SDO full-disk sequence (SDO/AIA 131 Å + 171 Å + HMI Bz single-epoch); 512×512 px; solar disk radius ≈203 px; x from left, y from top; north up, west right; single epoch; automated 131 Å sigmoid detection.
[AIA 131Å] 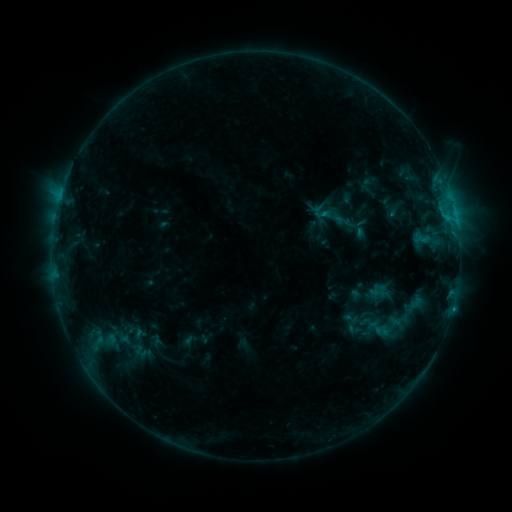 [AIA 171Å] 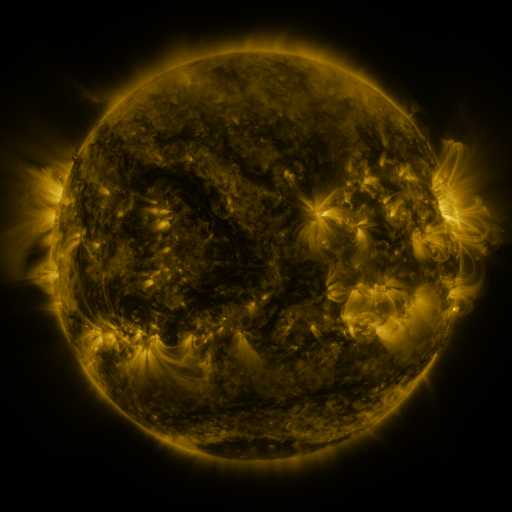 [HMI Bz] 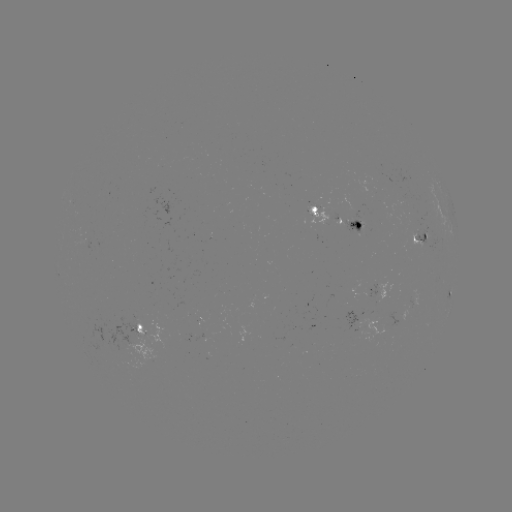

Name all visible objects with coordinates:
sigmoid: (321, 212)
sigmoid: (351, 318)
